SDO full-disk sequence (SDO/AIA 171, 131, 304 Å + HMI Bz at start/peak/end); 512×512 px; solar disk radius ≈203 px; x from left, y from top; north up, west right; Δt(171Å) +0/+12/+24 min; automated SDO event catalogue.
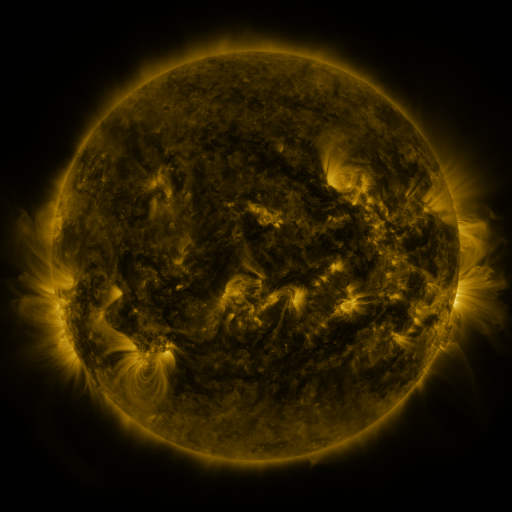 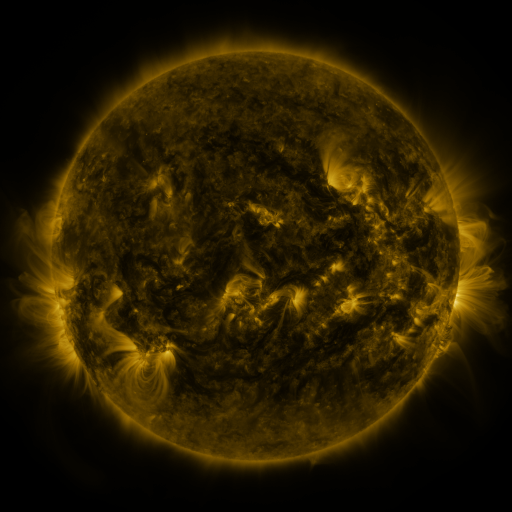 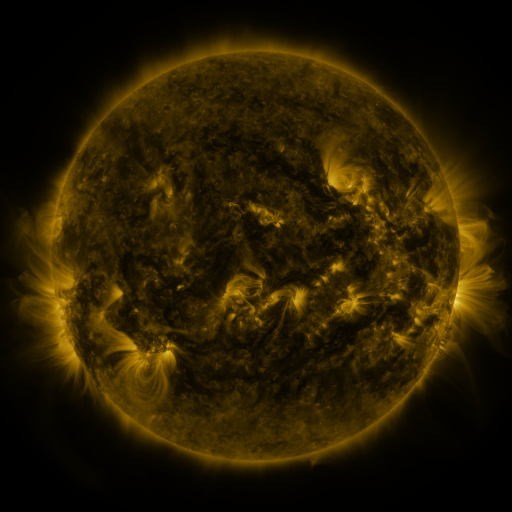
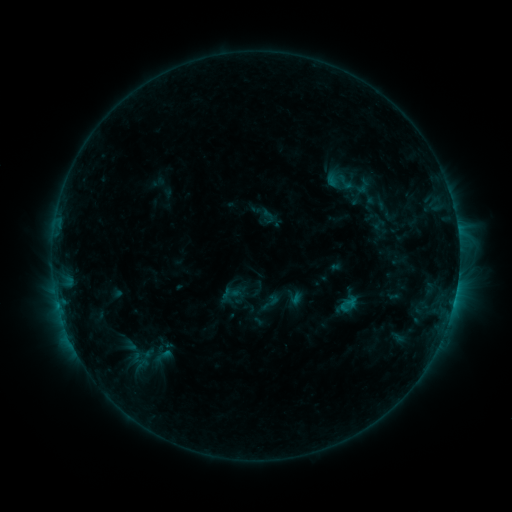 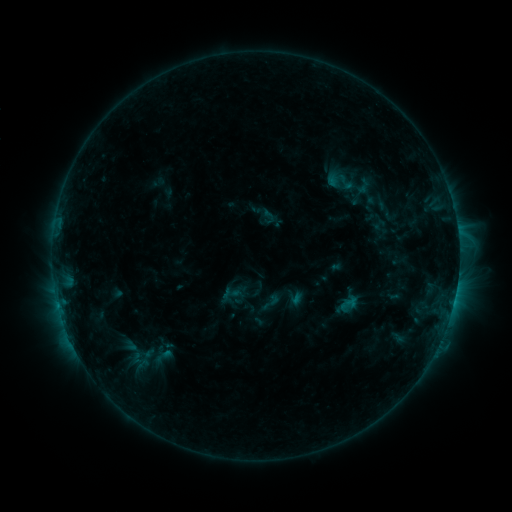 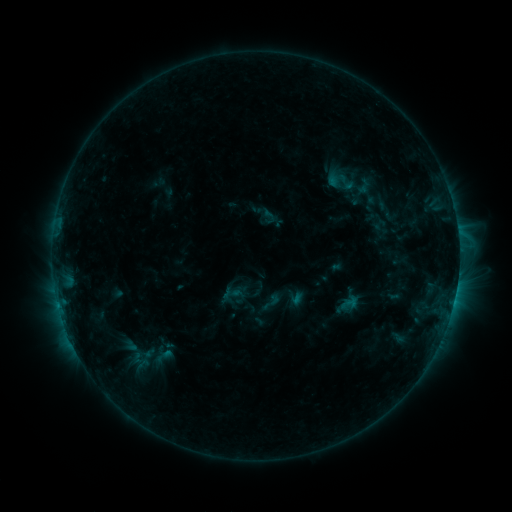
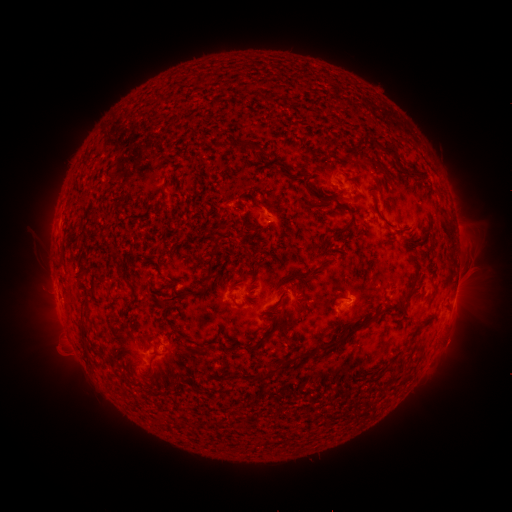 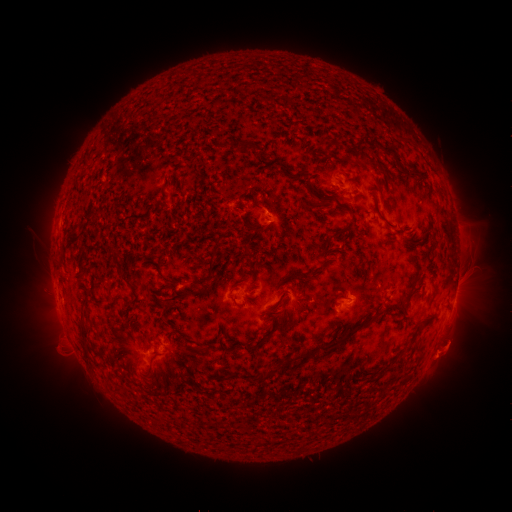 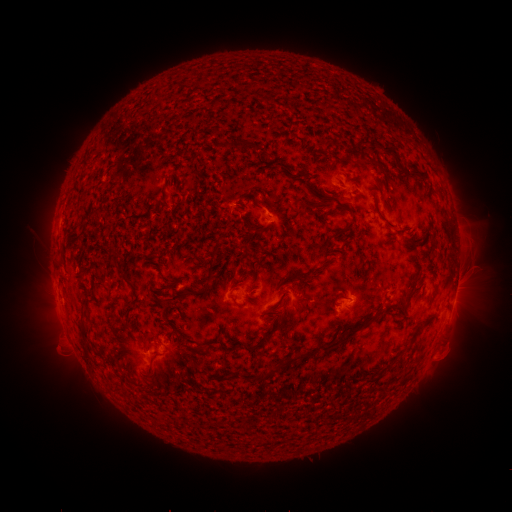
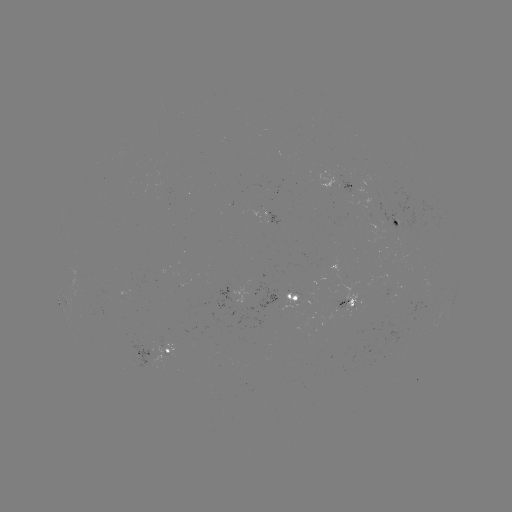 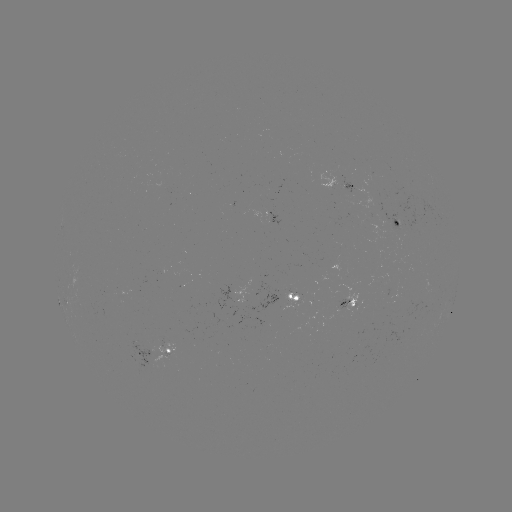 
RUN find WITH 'eruption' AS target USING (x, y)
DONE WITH (449, 352) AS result